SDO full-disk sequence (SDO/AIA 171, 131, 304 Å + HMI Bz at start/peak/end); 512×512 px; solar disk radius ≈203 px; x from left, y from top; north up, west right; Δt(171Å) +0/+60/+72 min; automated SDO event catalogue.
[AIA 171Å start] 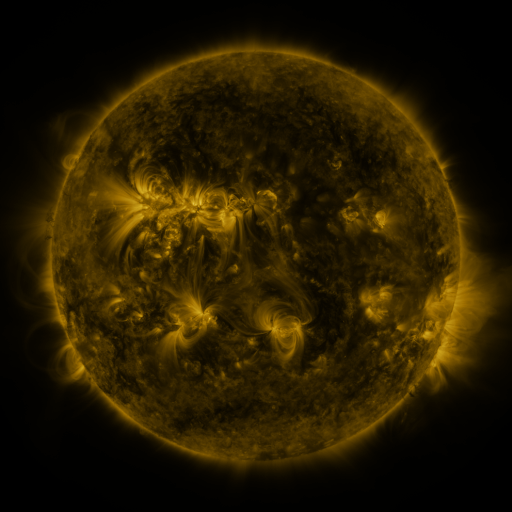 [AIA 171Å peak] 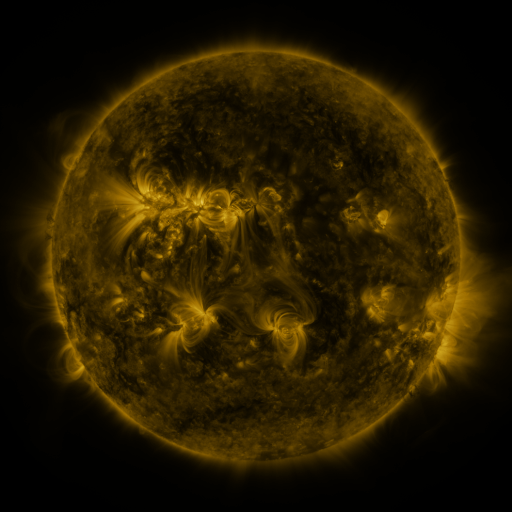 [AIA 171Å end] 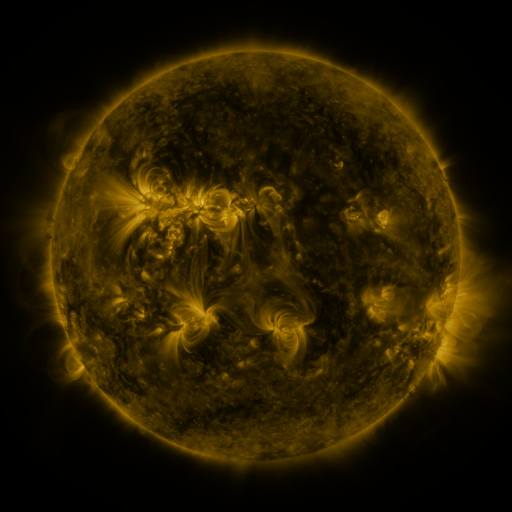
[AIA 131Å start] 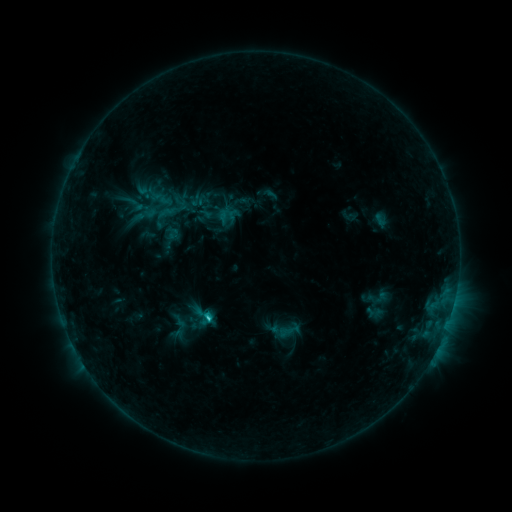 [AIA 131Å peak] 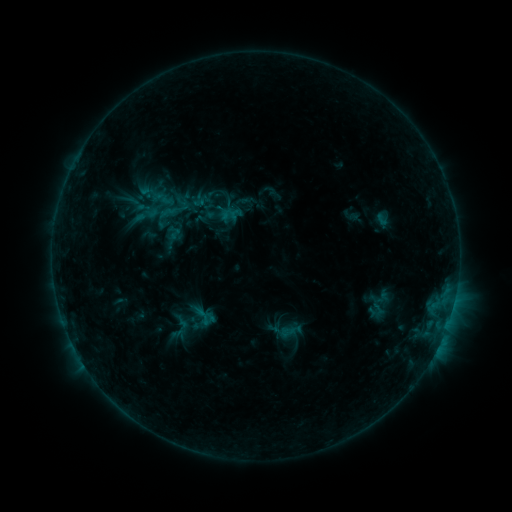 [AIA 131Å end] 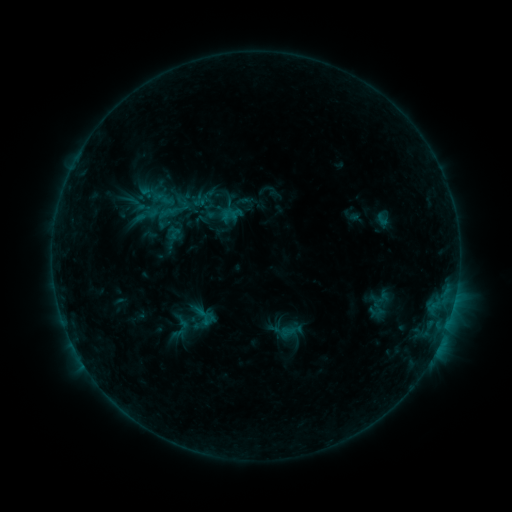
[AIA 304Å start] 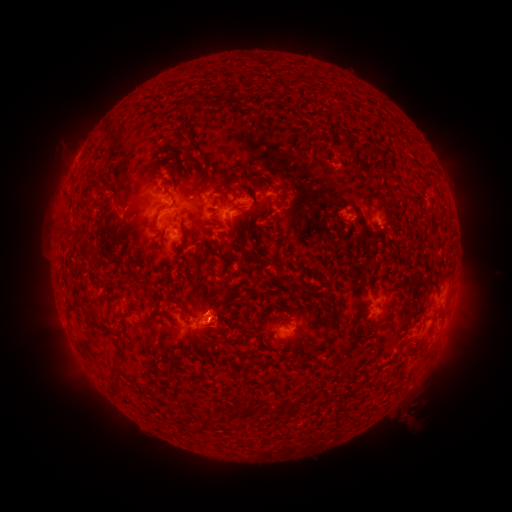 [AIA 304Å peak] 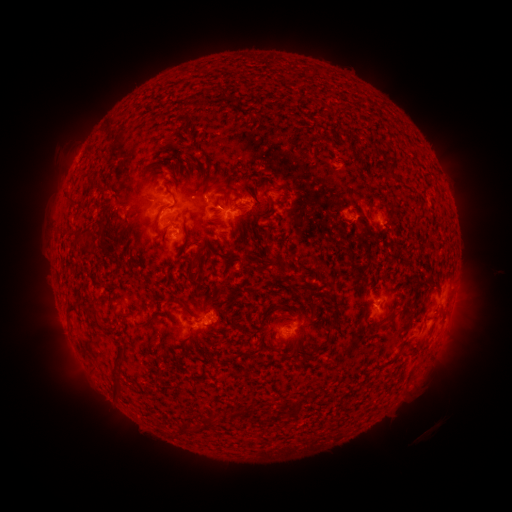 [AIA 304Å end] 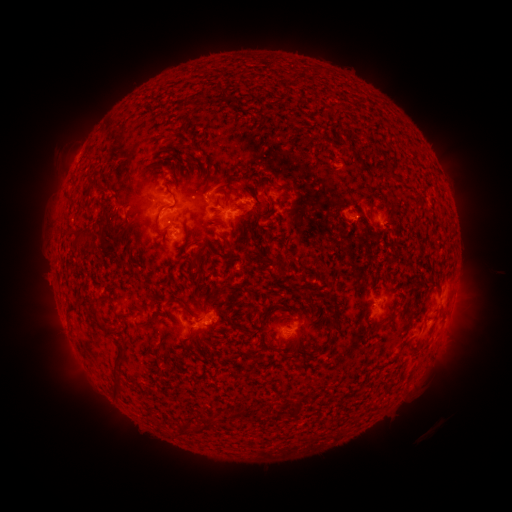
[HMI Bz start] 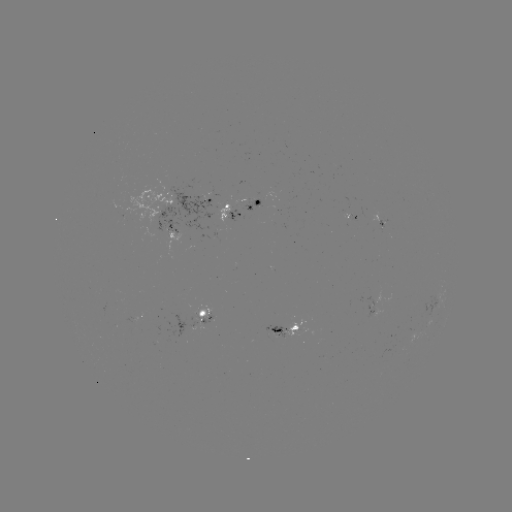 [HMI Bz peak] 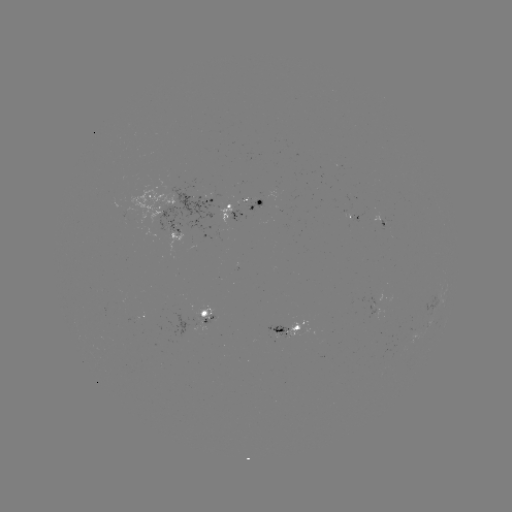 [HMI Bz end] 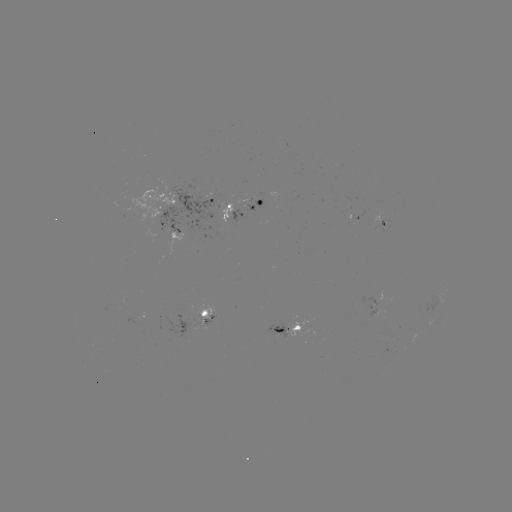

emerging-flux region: [379, 219, 386, 231]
